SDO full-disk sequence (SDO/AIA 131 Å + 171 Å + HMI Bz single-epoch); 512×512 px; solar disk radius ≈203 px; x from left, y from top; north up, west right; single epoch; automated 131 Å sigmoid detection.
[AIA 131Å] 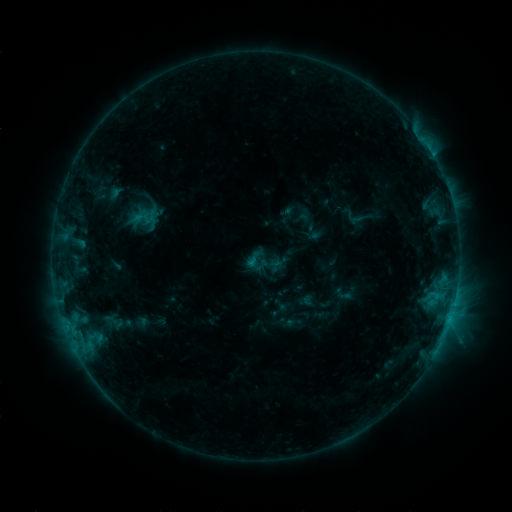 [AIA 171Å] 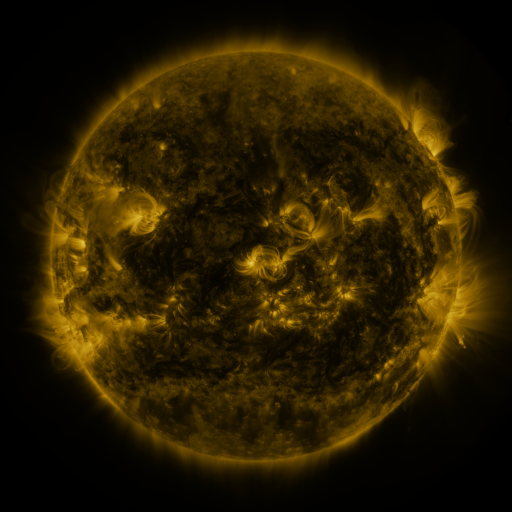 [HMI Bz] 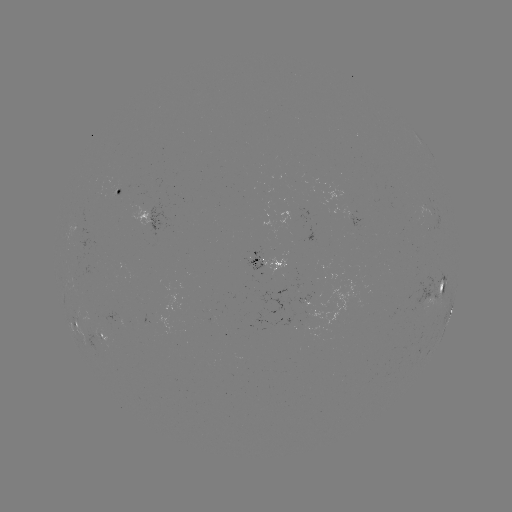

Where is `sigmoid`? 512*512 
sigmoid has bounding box [244, 249, 264, 269].